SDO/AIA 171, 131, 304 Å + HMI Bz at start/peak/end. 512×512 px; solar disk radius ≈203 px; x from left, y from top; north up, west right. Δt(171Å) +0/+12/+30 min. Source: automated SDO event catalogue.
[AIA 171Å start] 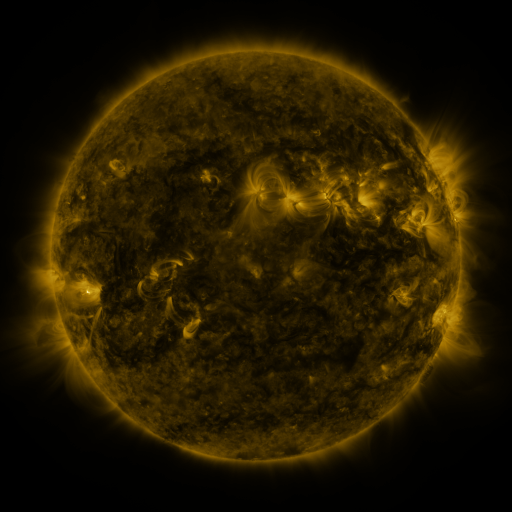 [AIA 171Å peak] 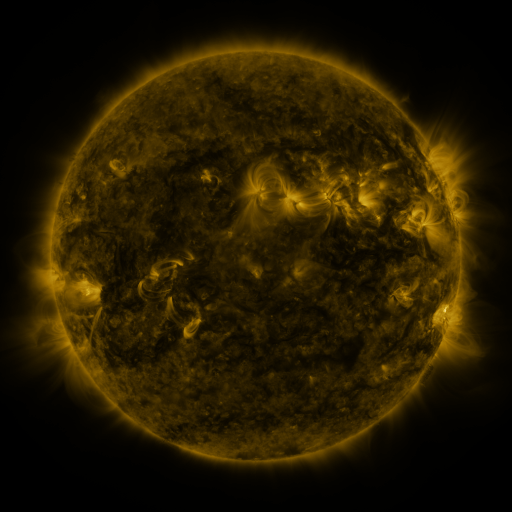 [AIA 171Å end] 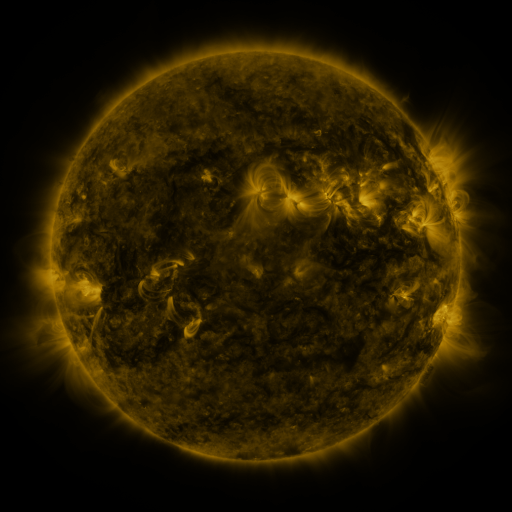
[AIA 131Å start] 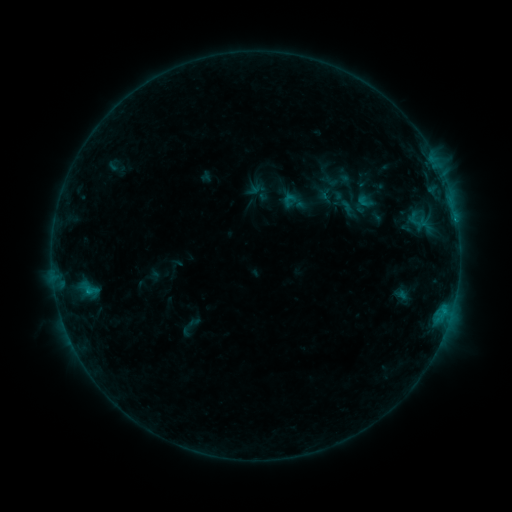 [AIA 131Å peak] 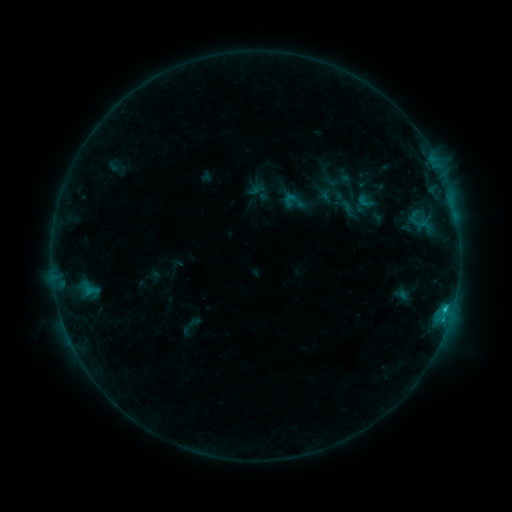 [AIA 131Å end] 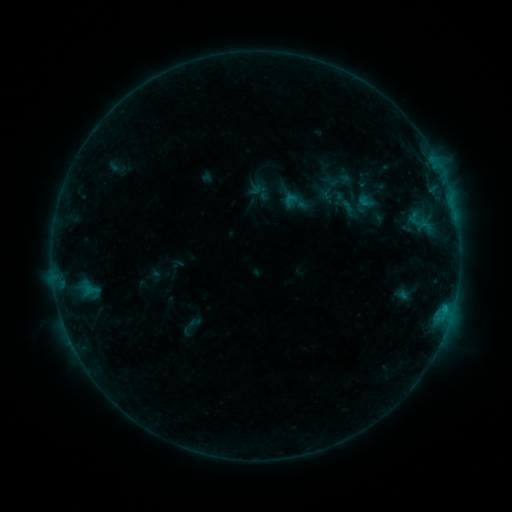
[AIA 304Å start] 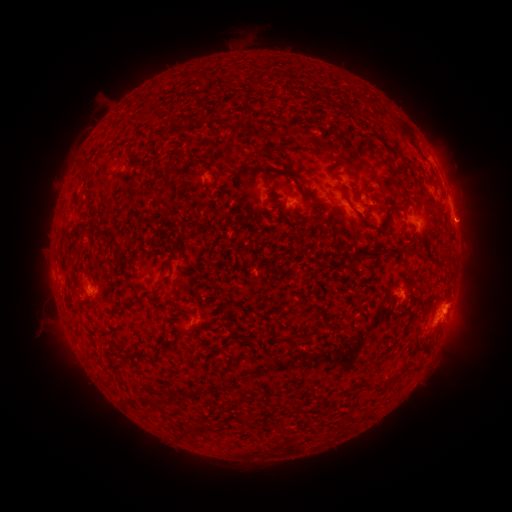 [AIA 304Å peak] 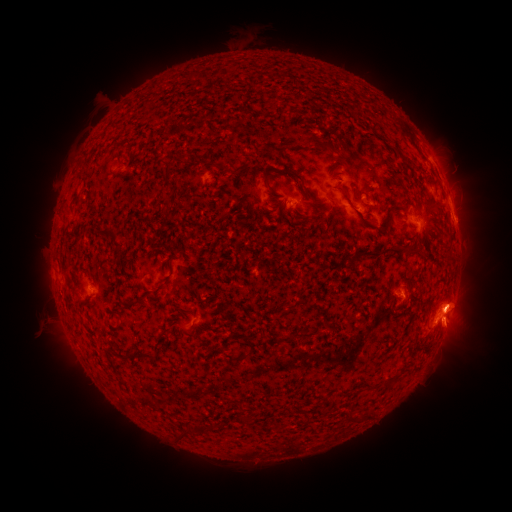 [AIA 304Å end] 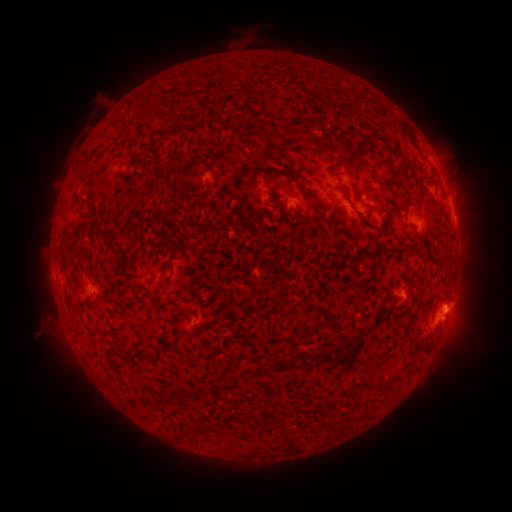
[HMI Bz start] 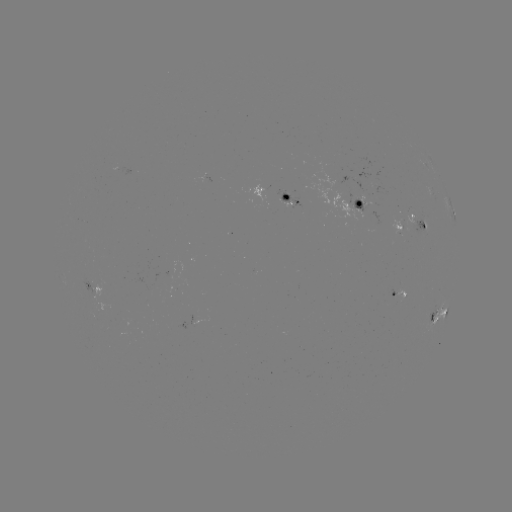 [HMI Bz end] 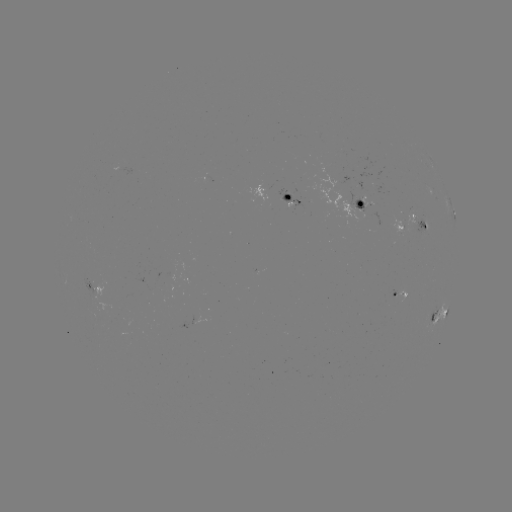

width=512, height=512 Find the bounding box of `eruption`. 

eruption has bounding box [429, 276, 492, 362].